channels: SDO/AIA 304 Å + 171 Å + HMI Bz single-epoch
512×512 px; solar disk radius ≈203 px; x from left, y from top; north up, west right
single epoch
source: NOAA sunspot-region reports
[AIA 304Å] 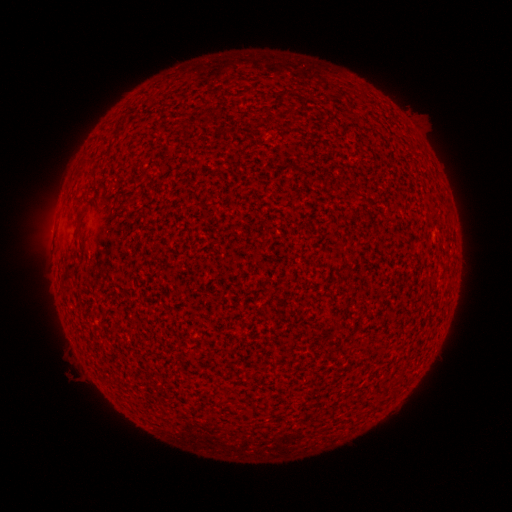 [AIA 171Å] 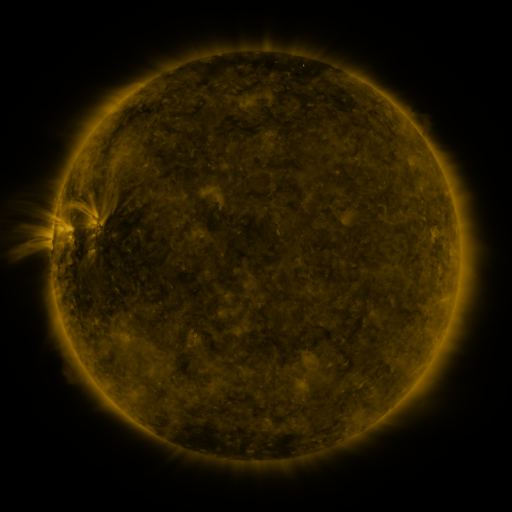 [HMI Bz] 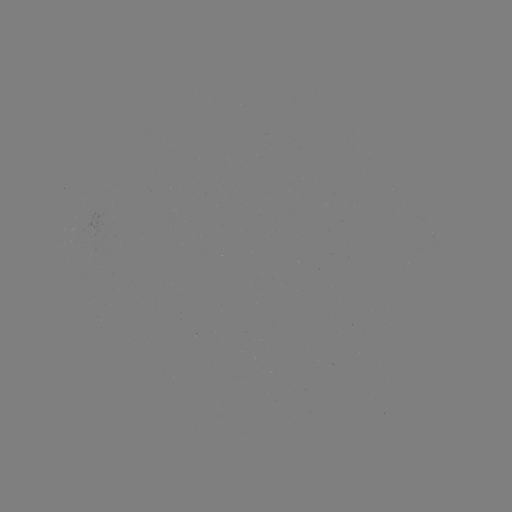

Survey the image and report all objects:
(none)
